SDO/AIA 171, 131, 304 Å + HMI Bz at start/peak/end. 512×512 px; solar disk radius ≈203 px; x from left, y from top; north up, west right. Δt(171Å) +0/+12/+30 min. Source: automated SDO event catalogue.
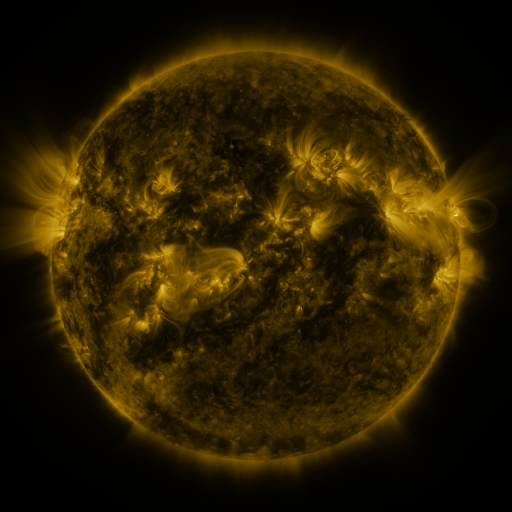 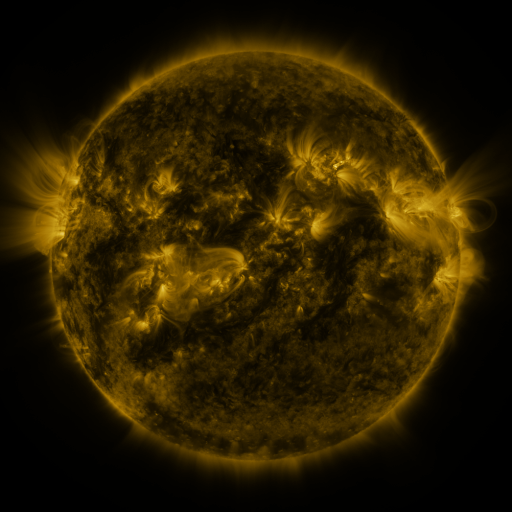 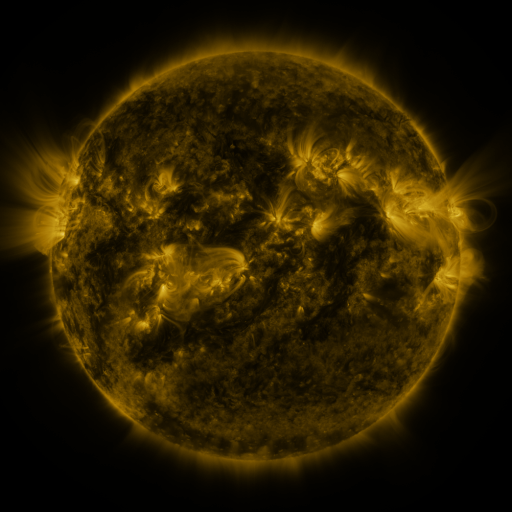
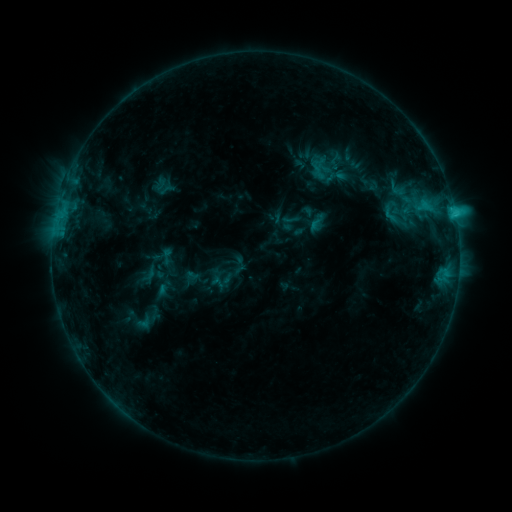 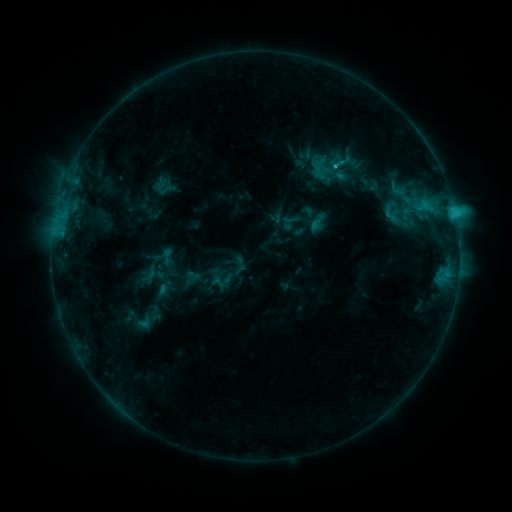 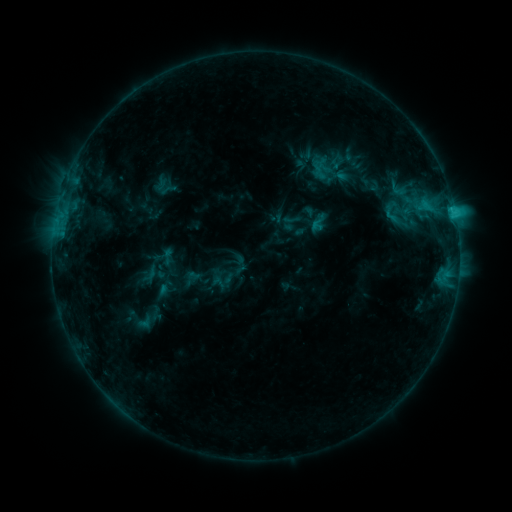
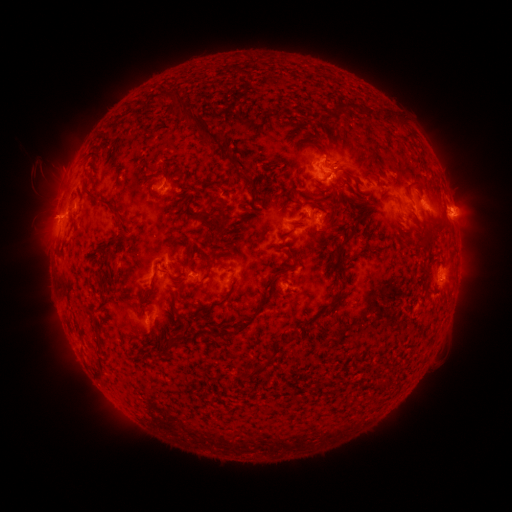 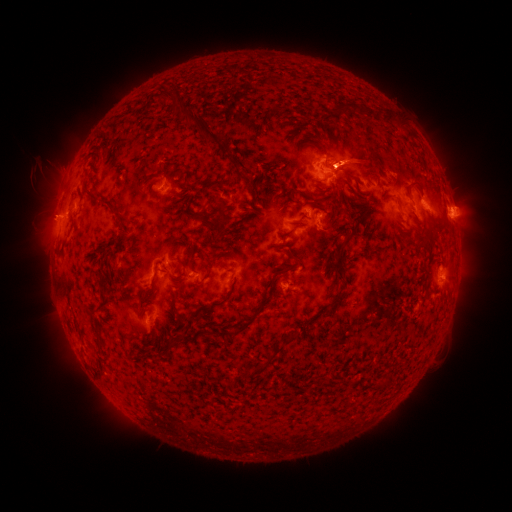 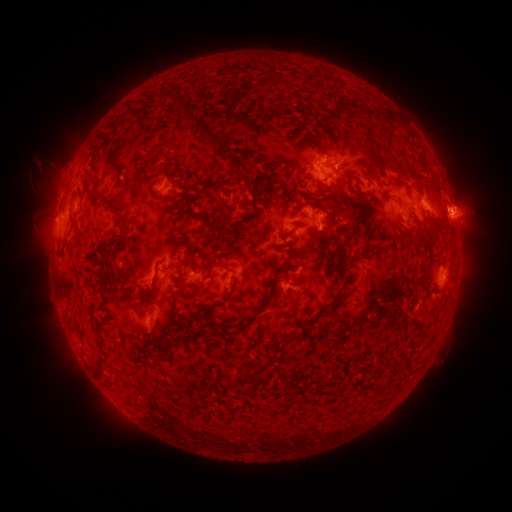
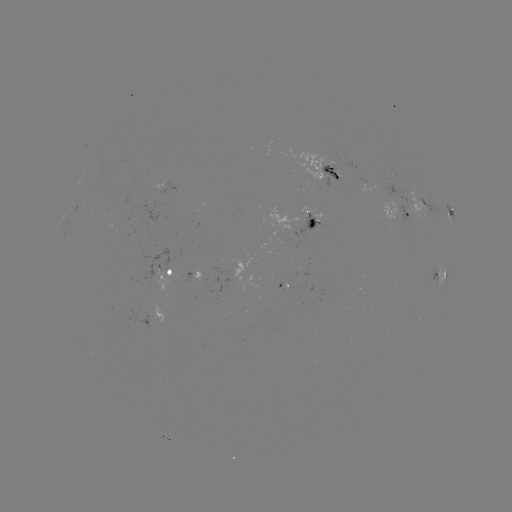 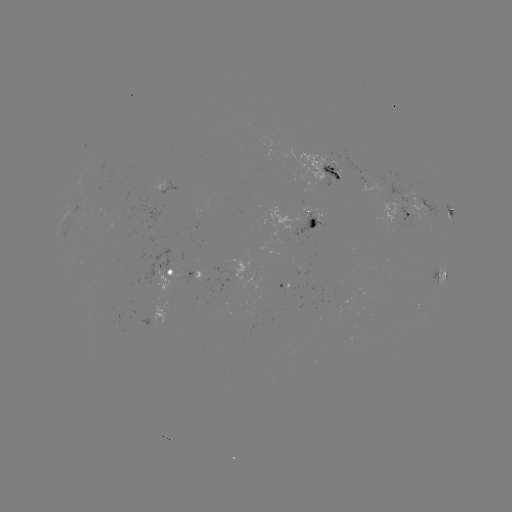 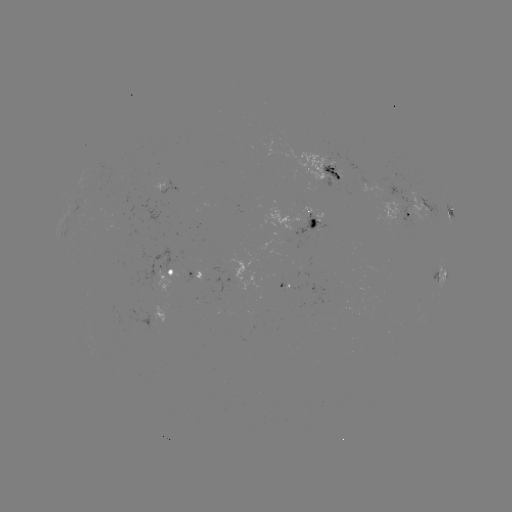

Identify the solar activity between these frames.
eruption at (355, 158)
